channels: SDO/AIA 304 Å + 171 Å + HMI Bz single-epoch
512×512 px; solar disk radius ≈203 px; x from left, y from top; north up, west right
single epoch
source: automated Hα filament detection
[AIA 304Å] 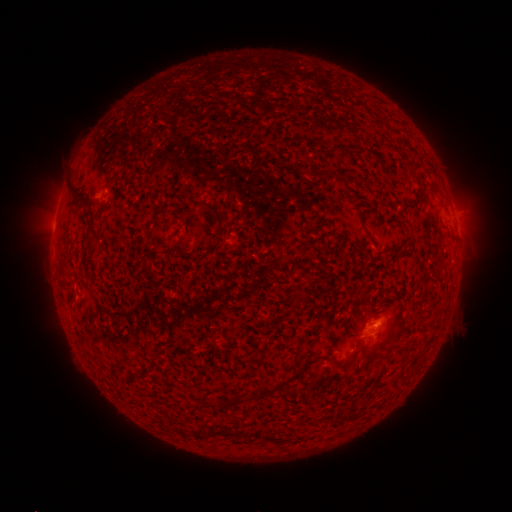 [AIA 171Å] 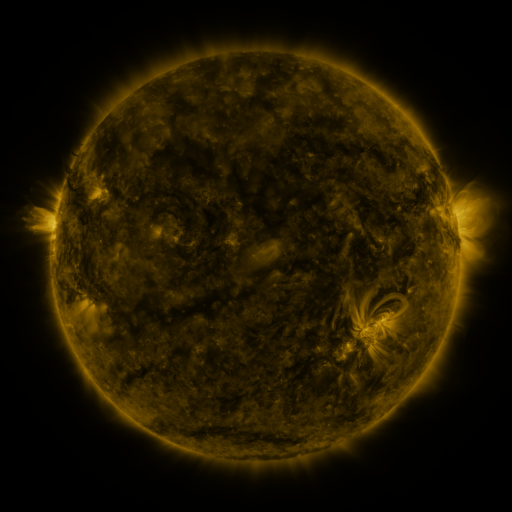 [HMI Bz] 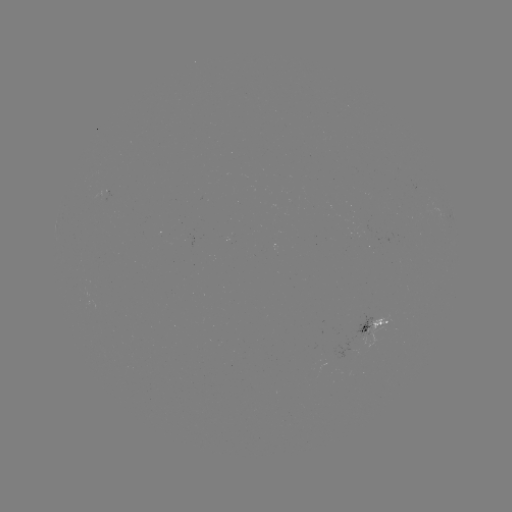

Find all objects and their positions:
filament: (68, 186, 82, 200)
filament: (403, 199, 419, 209)
filament: (58, 268, 70, 278)
filament: (335, 345, 363, 369)
filament: (260, 371, 296, 397)
filament: (201, 429, 238, 439)
